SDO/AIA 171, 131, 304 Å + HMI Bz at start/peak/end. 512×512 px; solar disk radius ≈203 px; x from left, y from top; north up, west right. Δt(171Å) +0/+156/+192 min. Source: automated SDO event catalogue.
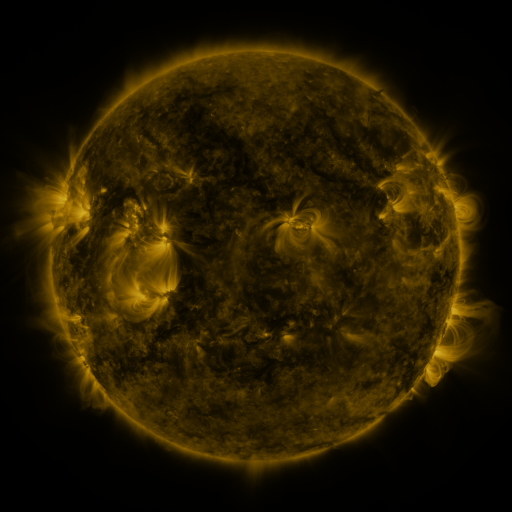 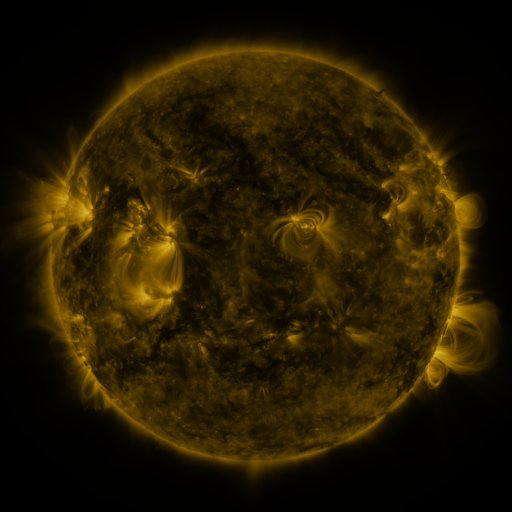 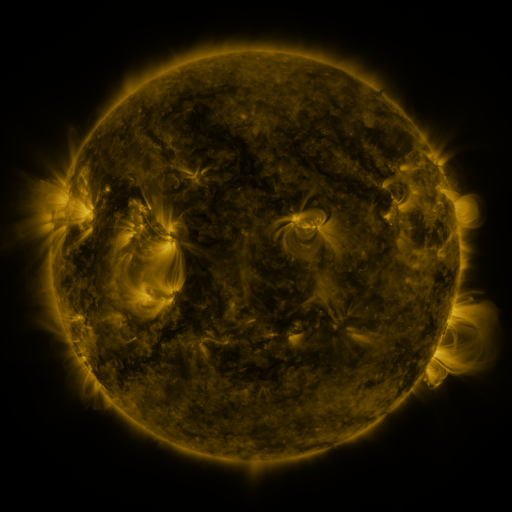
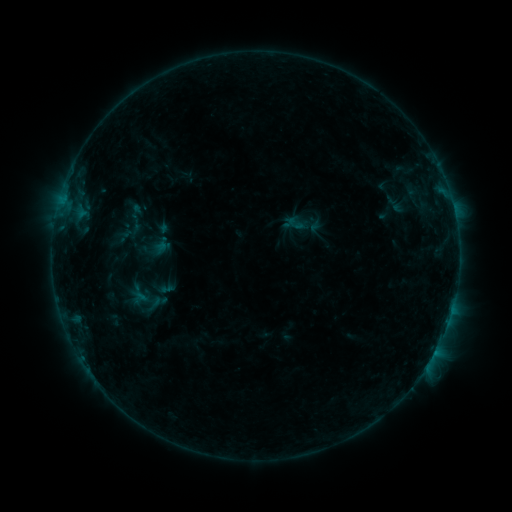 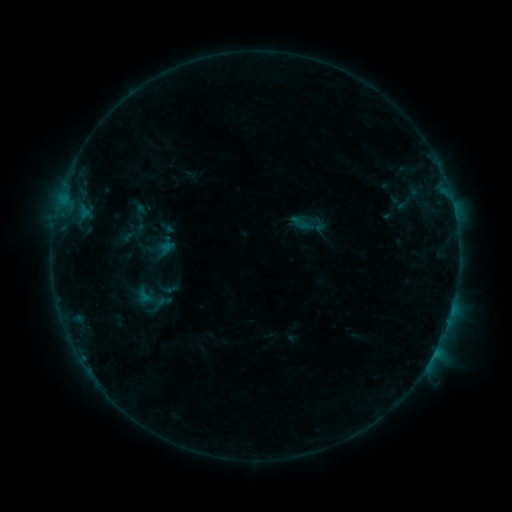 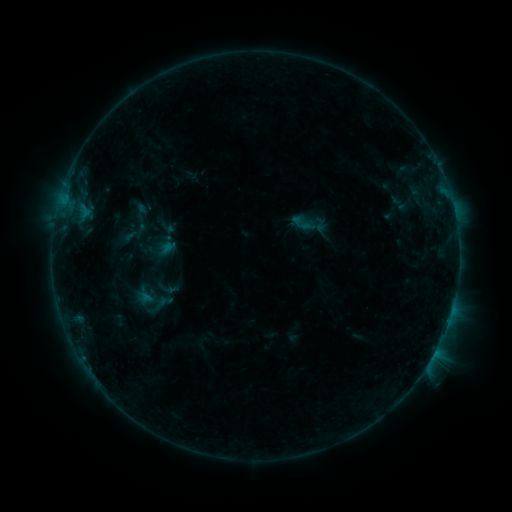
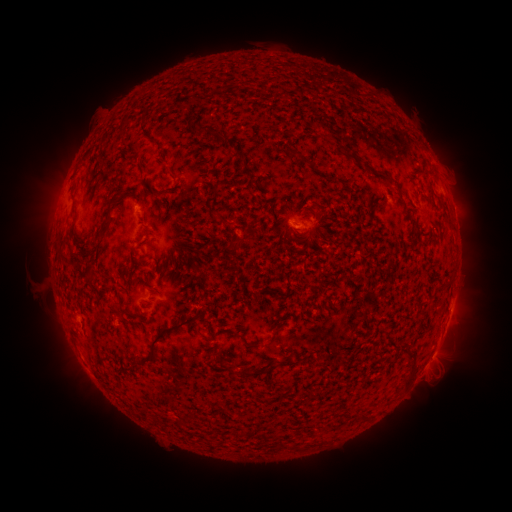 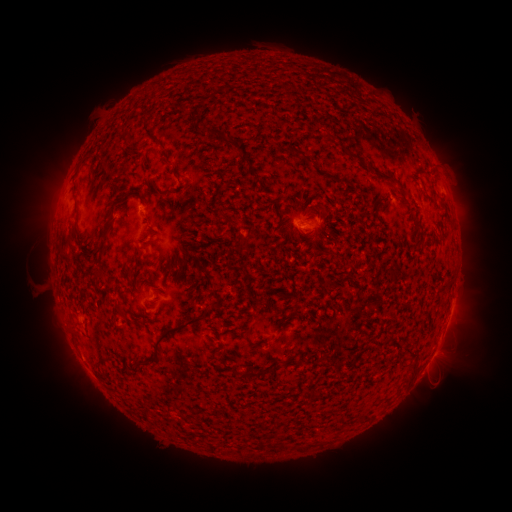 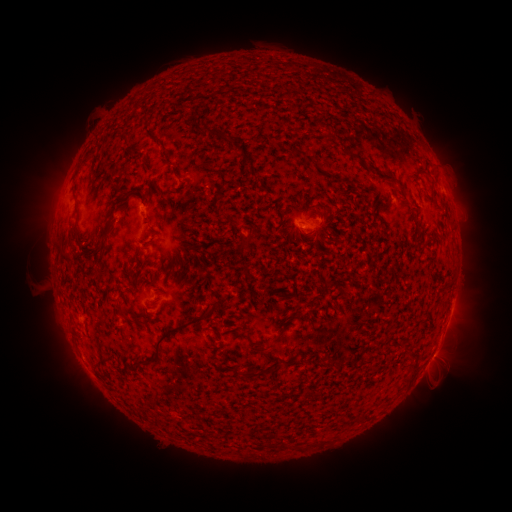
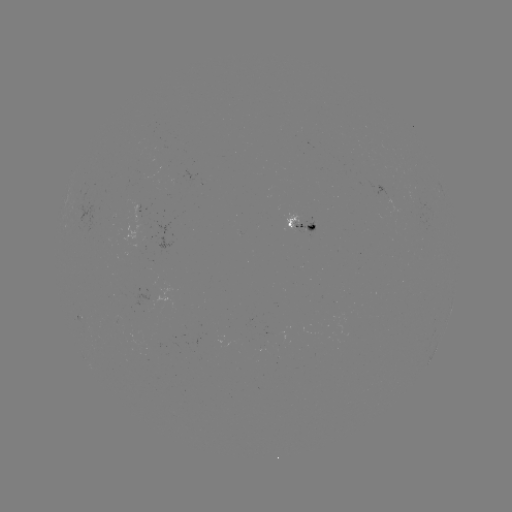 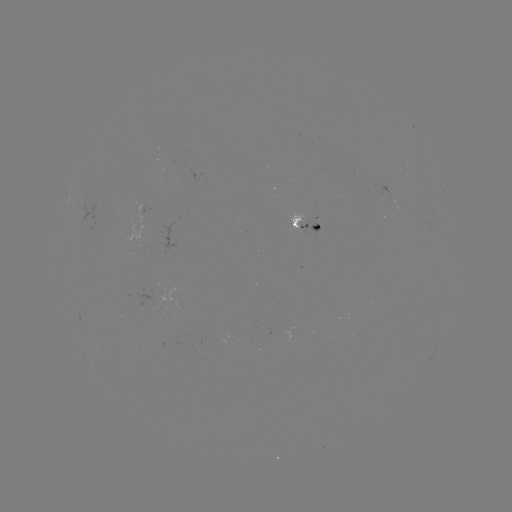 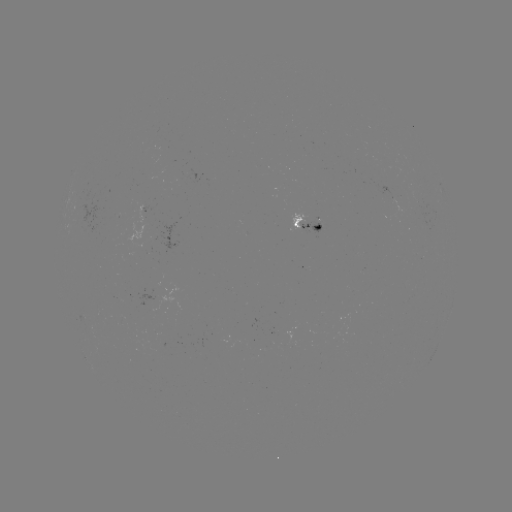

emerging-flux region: [287, 212, 306, 232]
